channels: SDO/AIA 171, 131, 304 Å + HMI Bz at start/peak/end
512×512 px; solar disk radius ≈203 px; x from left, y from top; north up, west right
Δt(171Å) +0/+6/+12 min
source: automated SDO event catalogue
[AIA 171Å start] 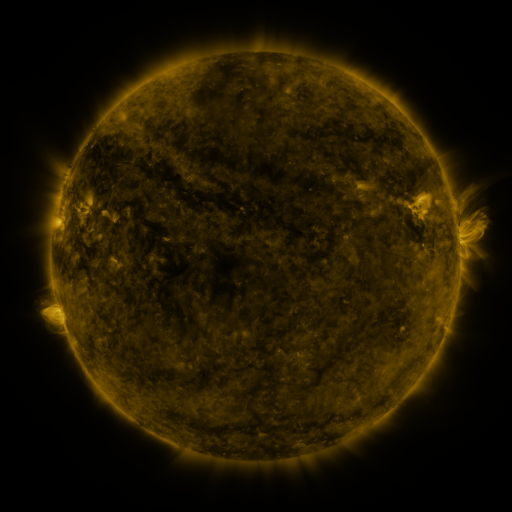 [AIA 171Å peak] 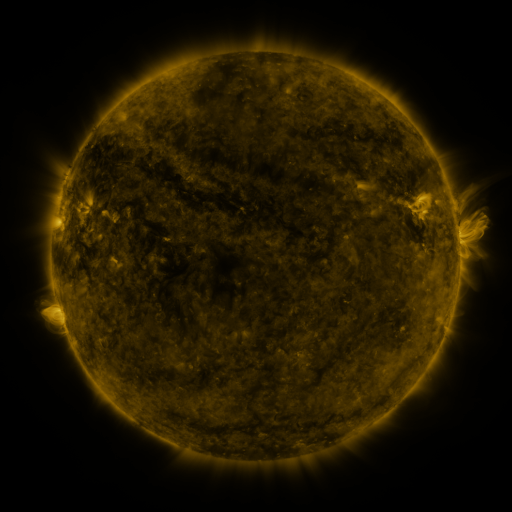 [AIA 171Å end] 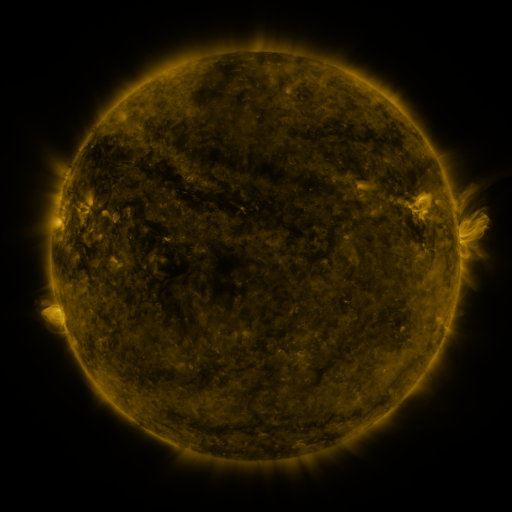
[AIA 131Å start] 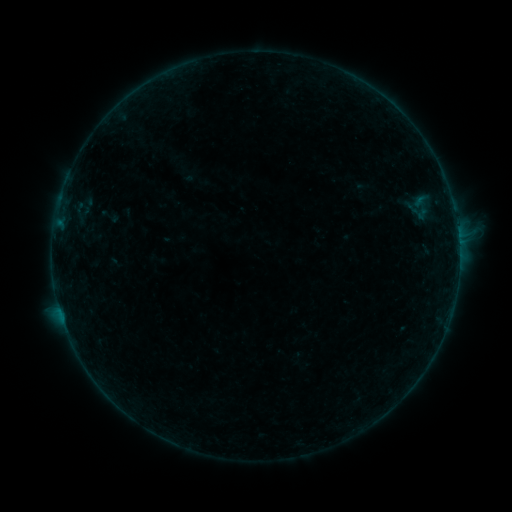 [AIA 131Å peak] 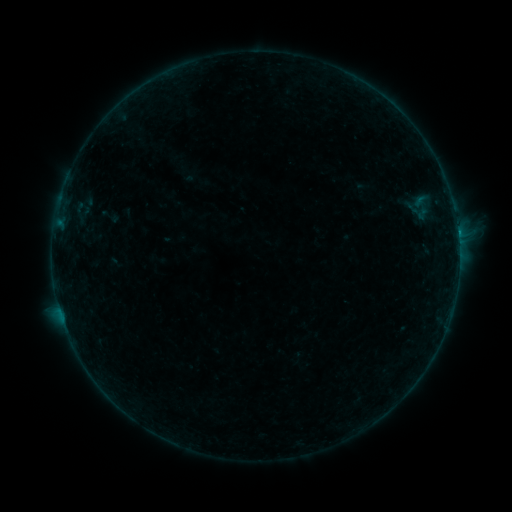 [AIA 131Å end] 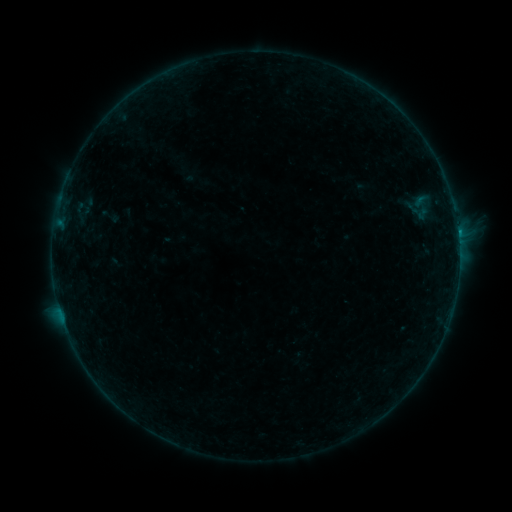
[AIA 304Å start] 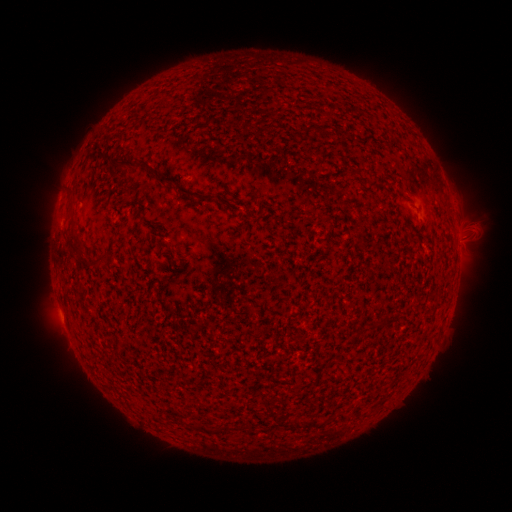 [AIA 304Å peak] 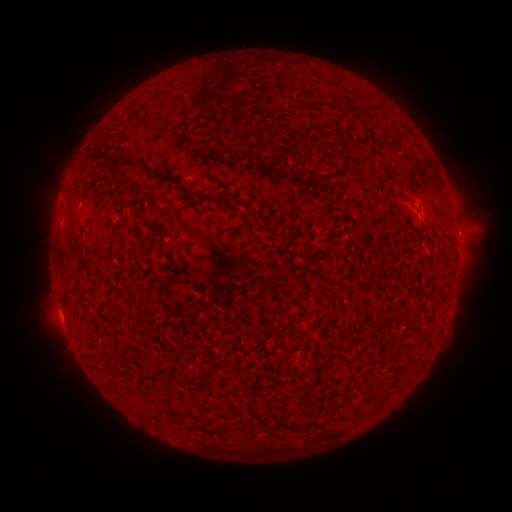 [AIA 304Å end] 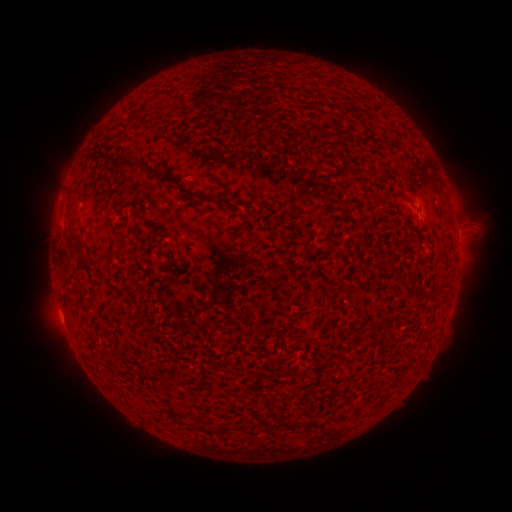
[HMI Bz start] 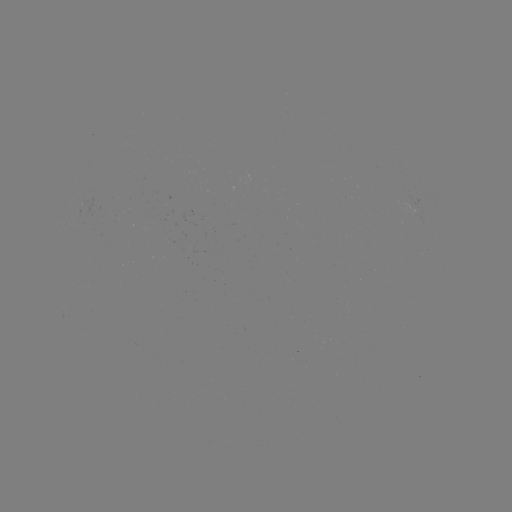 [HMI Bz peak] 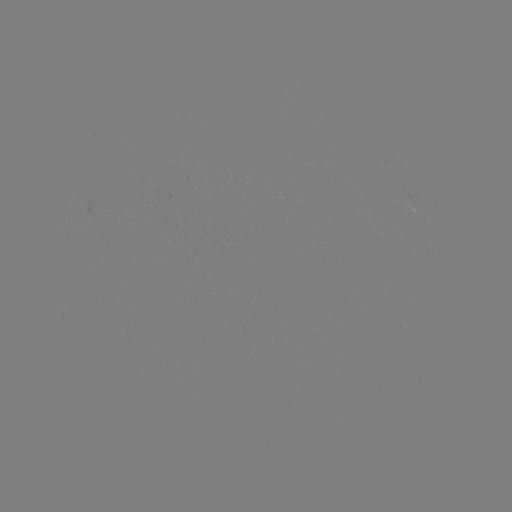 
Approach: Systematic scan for B3.6 flare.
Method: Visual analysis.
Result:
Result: B3.6 flare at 458,235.